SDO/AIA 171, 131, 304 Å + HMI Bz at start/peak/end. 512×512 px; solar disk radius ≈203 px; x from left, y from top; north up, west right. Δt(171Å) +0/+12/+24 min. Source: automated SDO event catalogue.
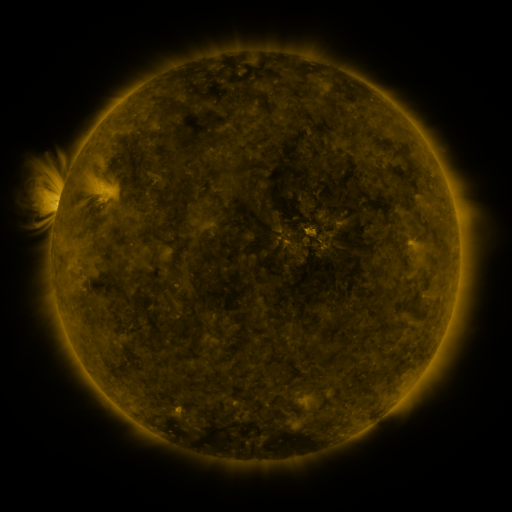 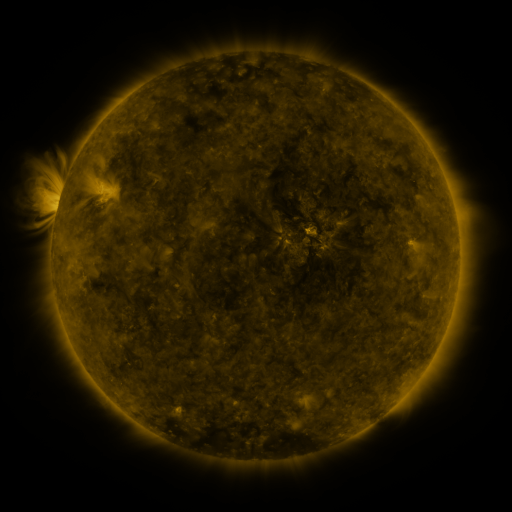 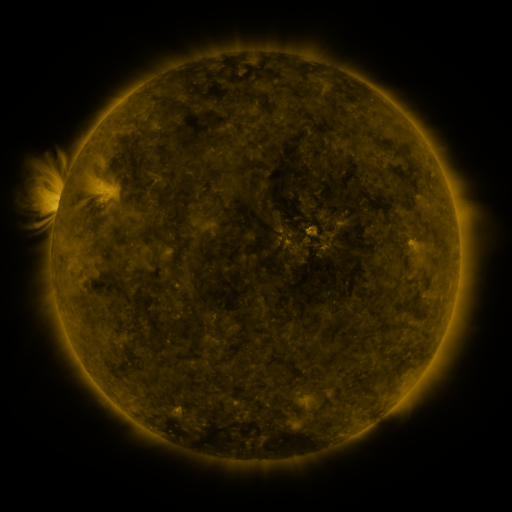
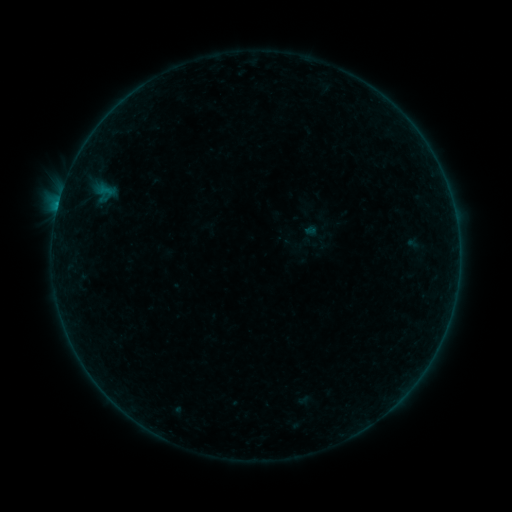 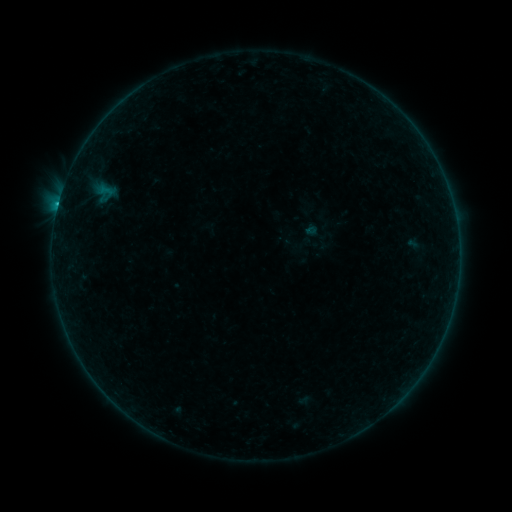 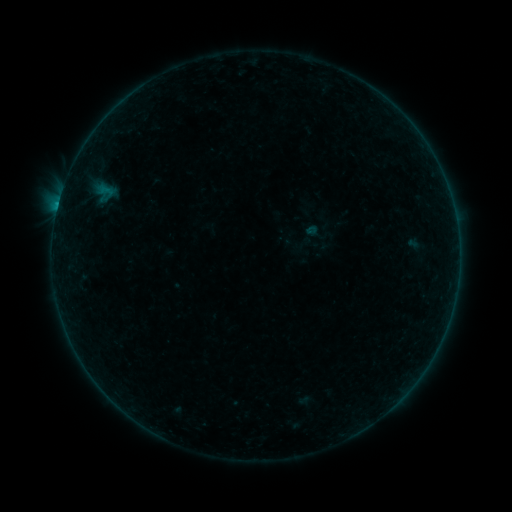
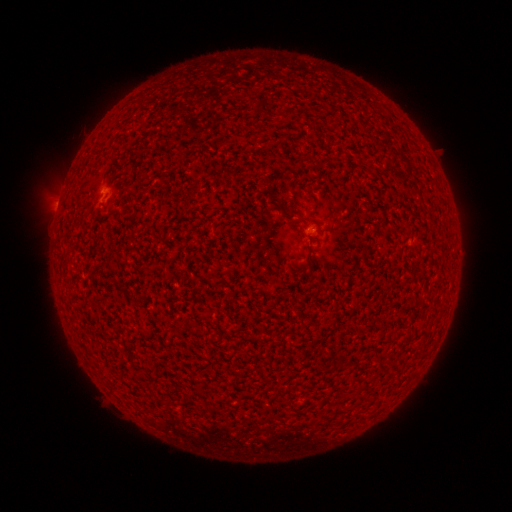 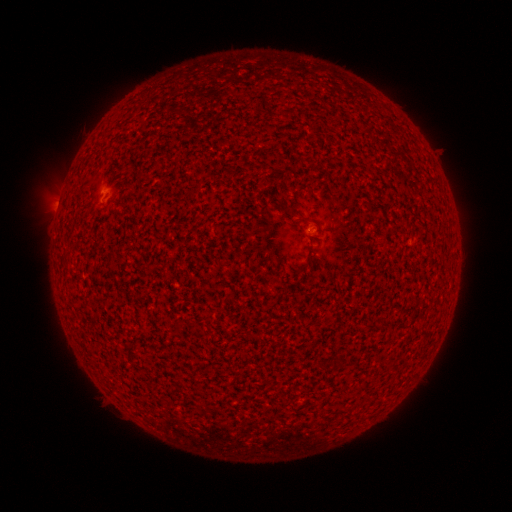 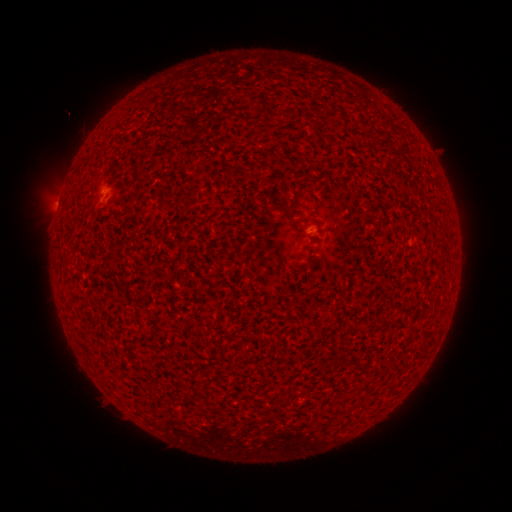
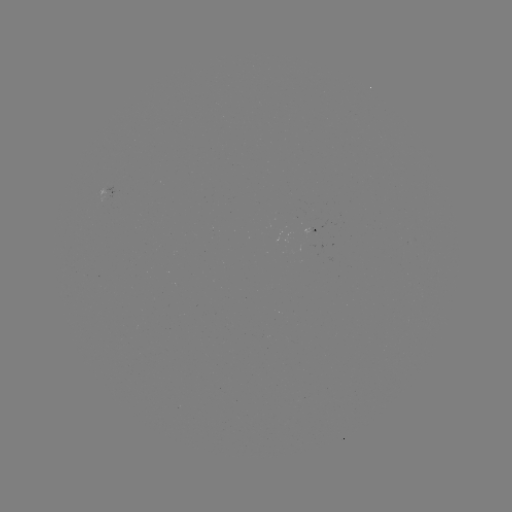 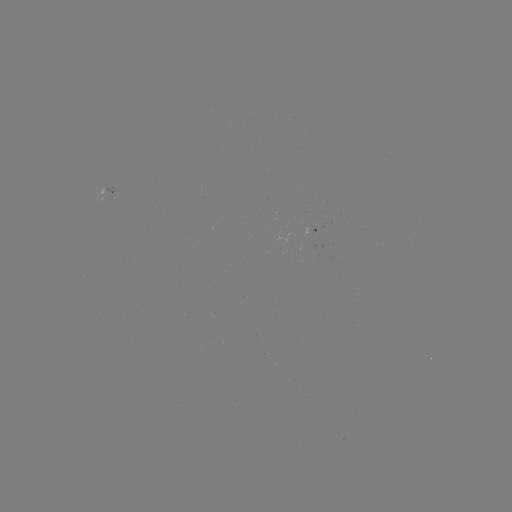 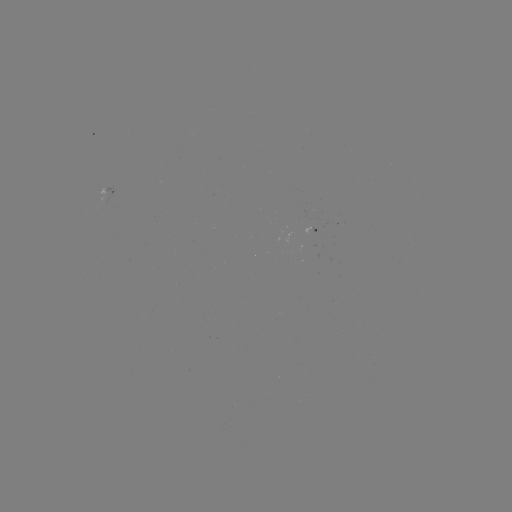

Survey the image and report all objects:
B3.2 flare: (58, 206)
